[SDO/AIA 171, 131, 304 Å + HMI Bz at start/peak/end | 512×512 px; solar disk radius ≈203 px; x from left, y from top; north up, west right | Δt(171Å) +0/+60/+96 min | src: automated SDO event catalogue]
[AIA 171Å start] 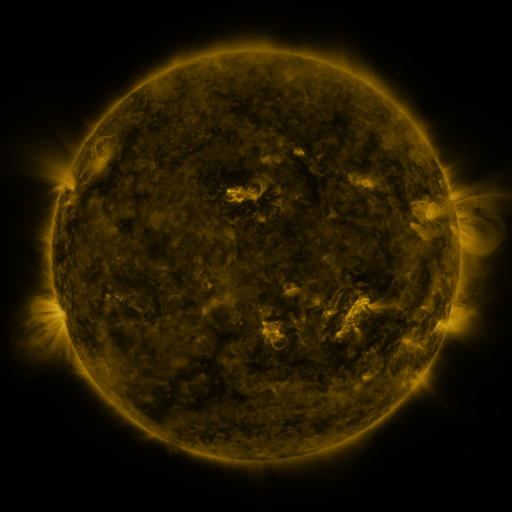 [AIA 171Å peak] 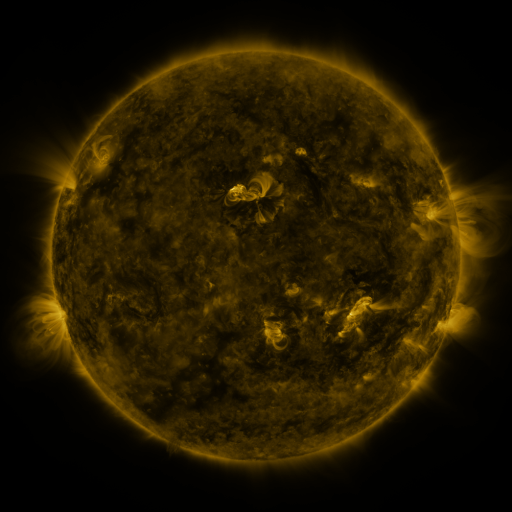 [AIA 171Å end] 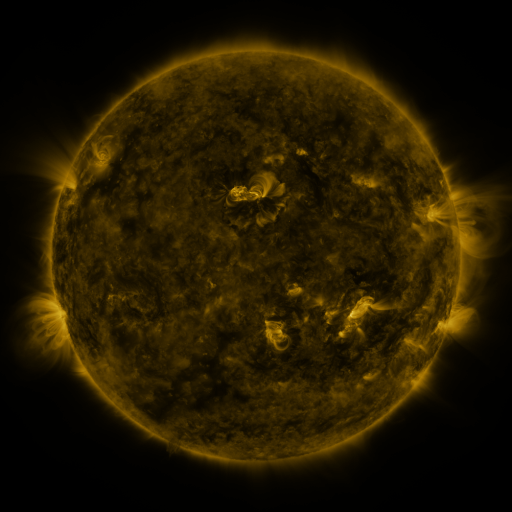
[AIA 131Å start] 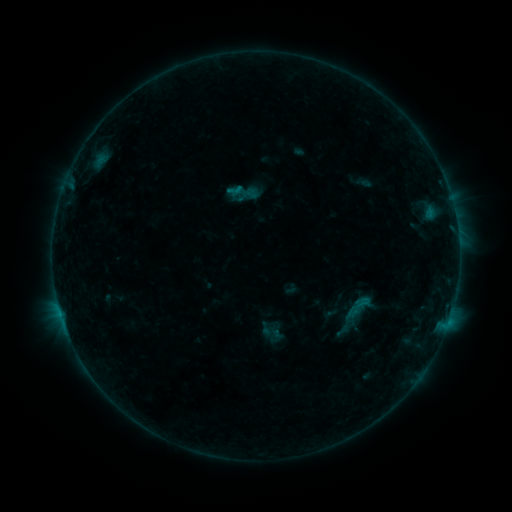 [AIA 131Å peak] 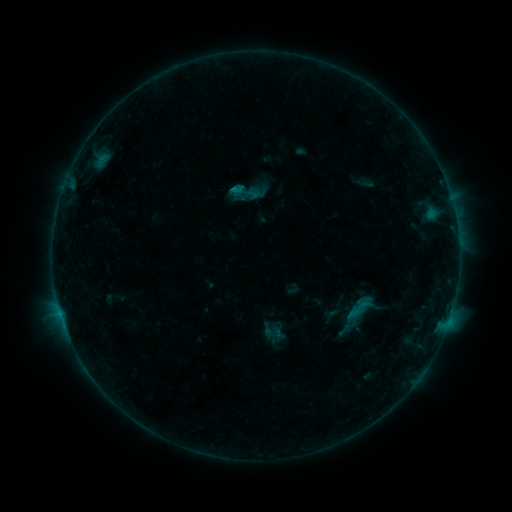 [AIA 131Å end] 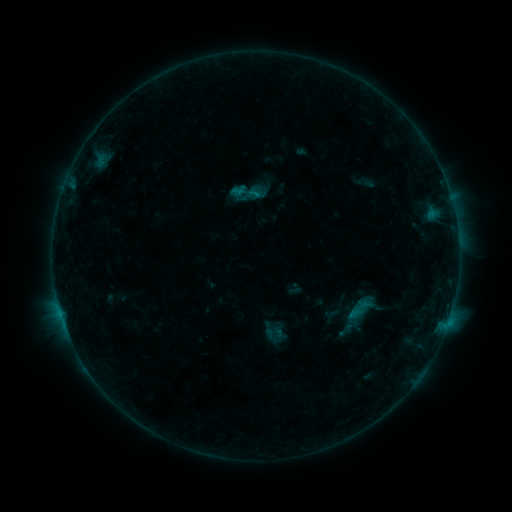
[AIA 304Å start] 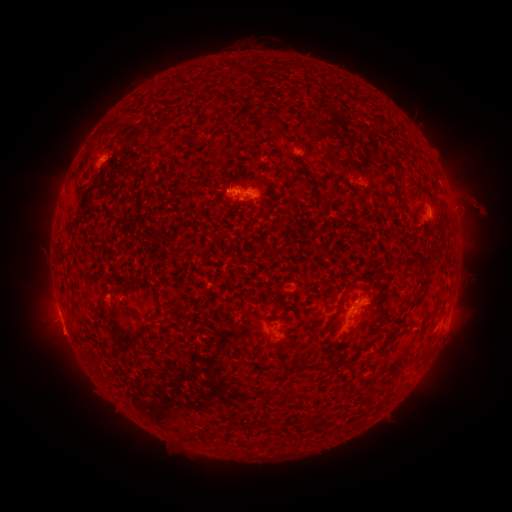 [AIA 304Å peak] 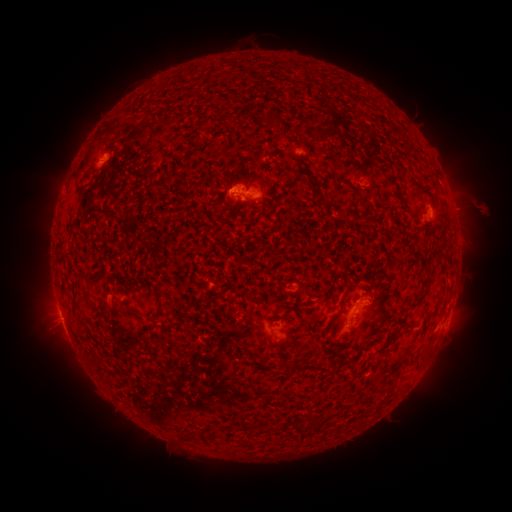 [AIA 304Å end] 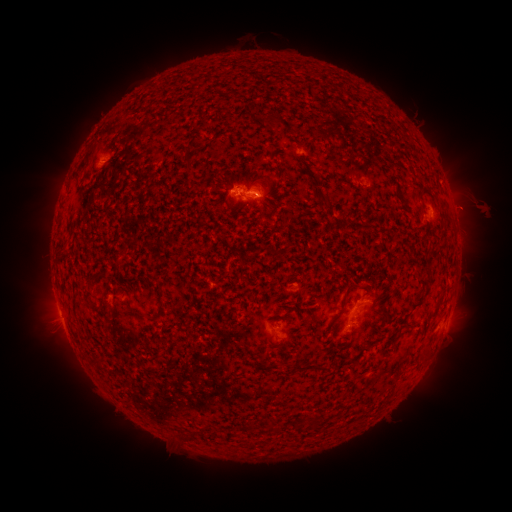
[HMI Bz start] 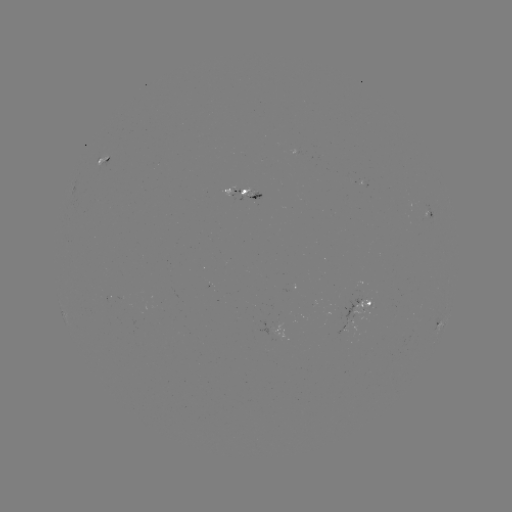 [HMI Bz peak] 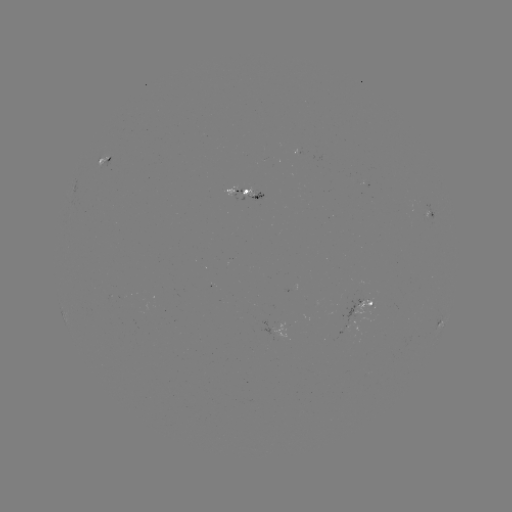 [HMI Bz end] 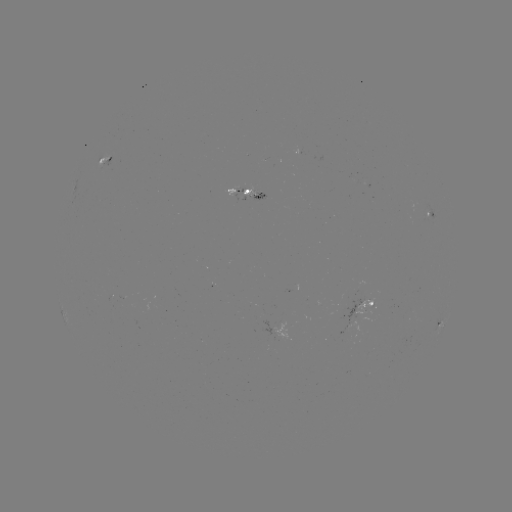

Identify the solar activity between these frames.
emerging-flux region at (368, 305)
